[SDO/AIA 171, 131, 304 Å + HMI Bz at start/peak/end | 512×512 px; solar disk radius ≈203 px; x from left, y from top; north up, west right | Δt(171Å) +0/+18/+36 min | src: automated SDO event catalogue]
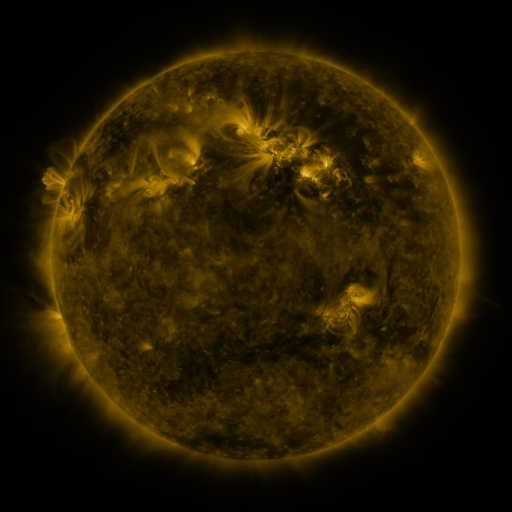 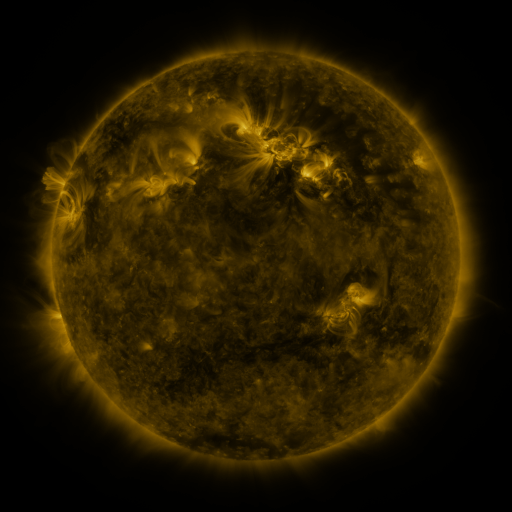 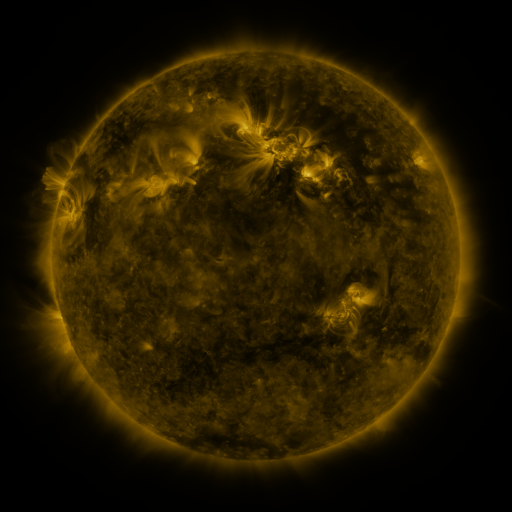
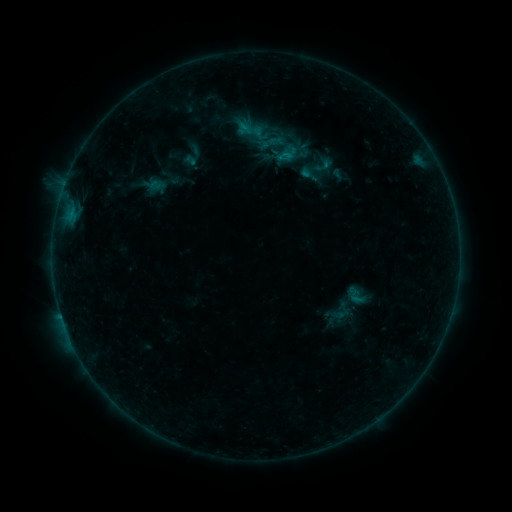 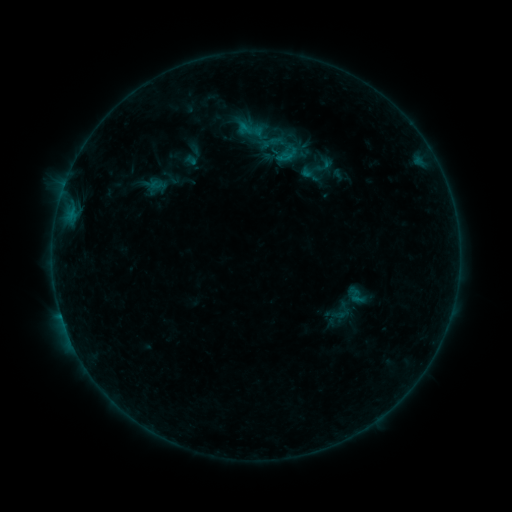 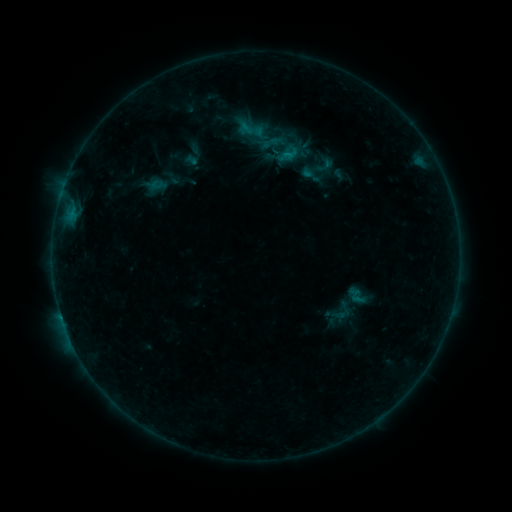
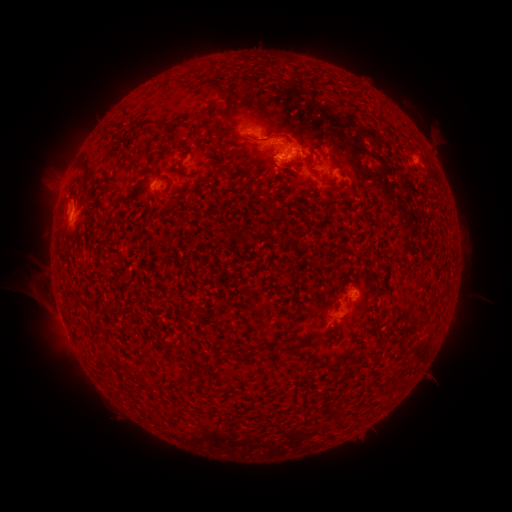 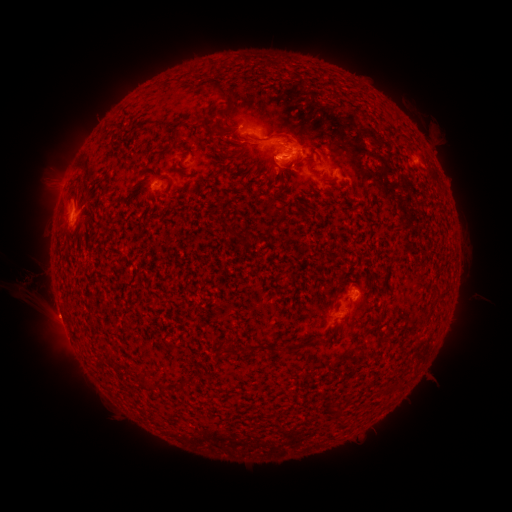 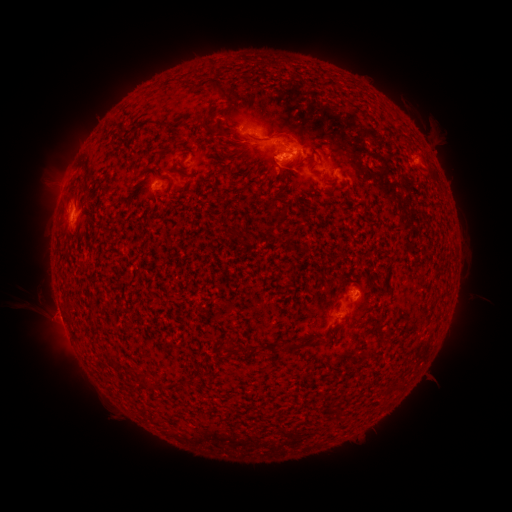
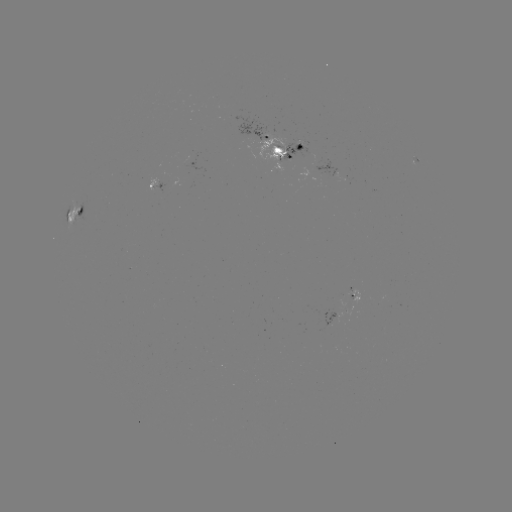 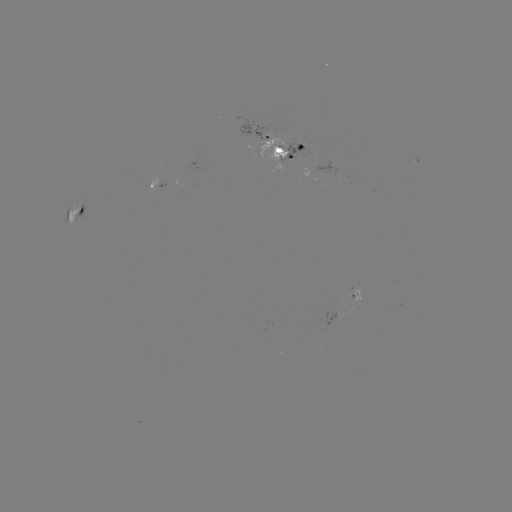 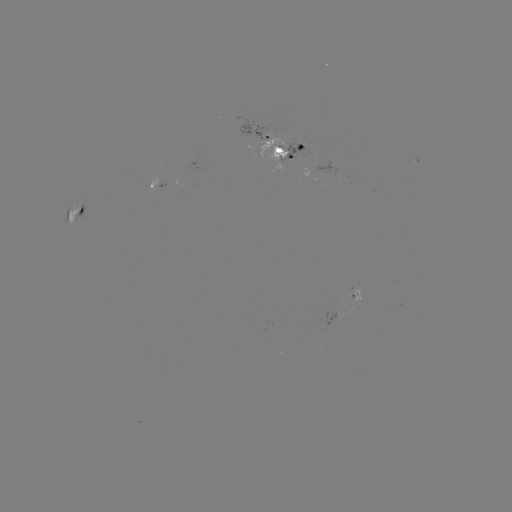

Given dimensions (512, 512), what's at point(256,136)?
emerging-flux region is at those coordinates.